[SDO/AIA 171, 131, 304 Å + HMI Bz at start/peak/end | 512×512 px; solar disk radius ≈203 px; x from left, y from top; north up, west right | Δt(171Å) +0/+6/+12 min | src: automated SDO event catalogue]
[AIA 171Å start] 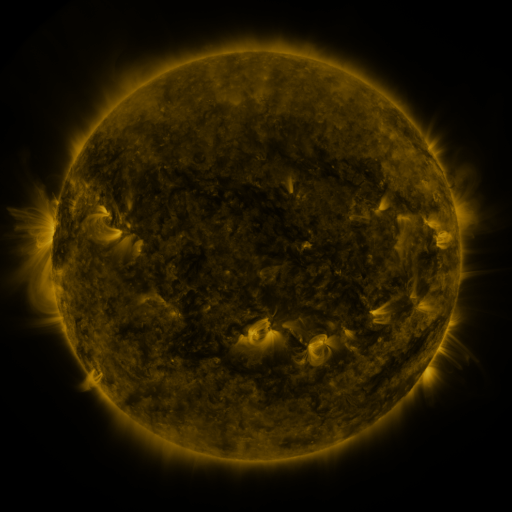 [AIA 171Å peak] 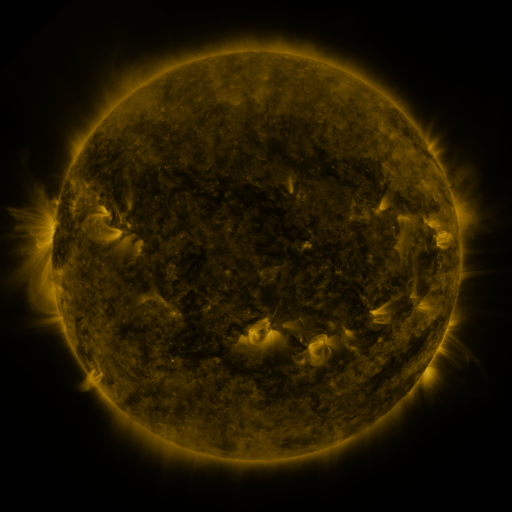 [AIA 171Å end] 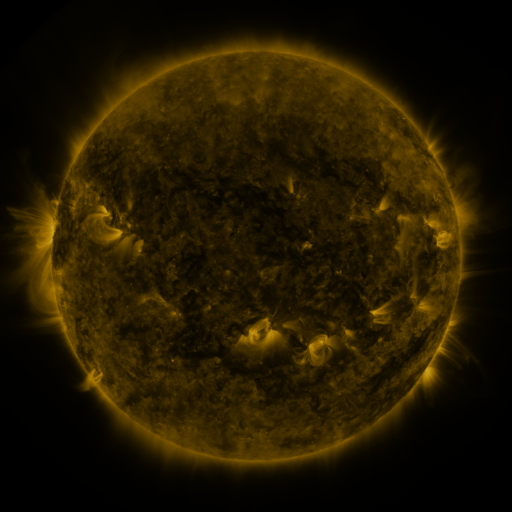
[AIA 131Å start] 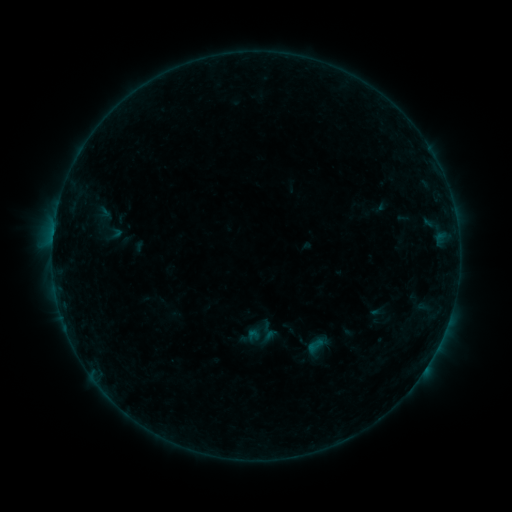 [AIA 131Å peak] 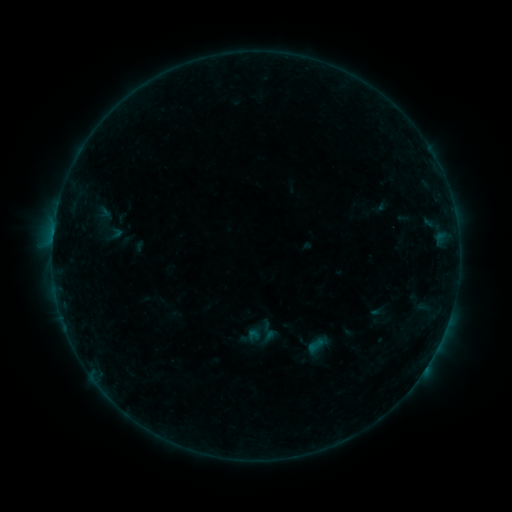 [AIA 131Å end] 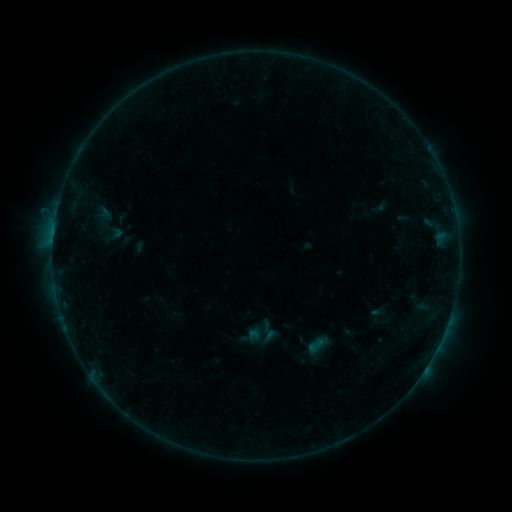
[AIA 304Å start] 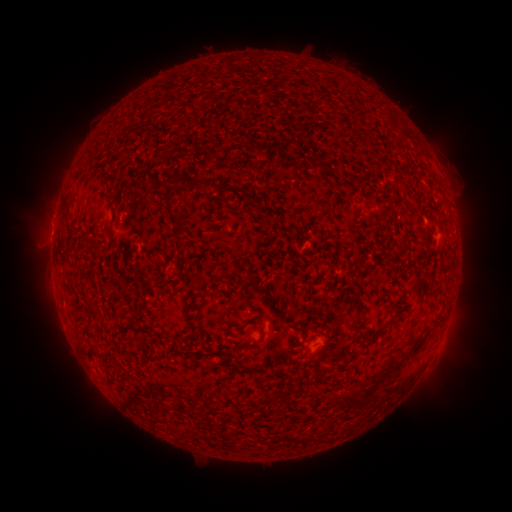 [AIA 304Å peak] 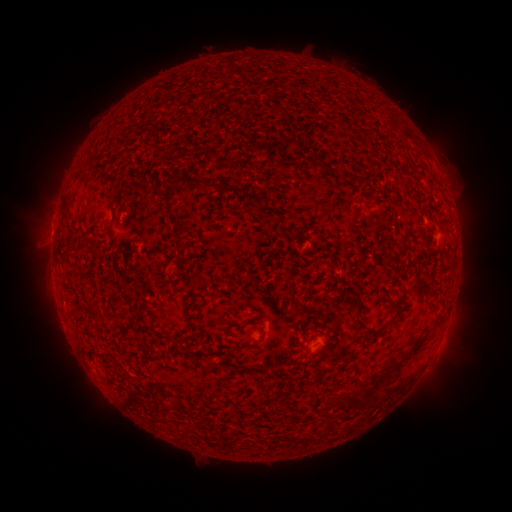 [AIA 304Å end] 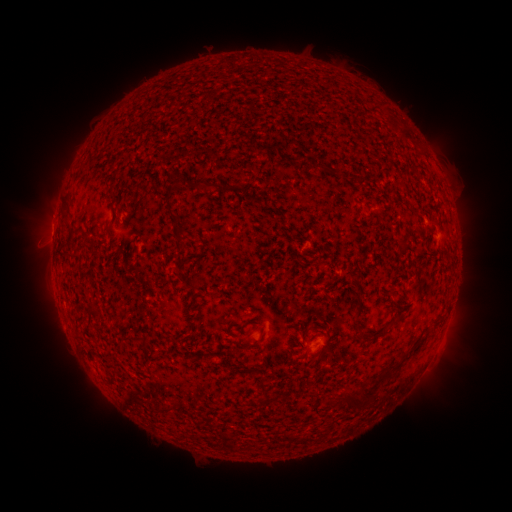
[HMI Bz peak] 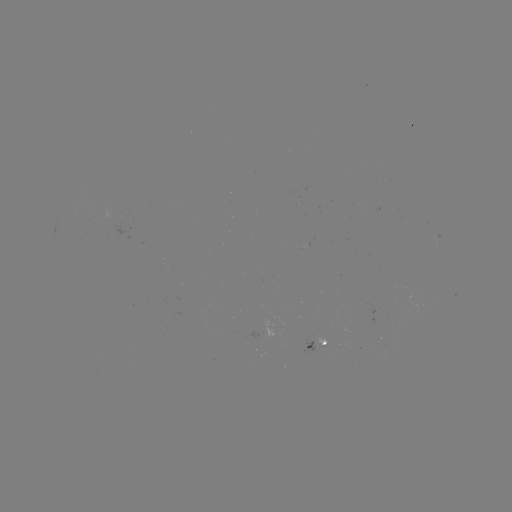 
nothing was catalogued: no classed flare, no EUV trigger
